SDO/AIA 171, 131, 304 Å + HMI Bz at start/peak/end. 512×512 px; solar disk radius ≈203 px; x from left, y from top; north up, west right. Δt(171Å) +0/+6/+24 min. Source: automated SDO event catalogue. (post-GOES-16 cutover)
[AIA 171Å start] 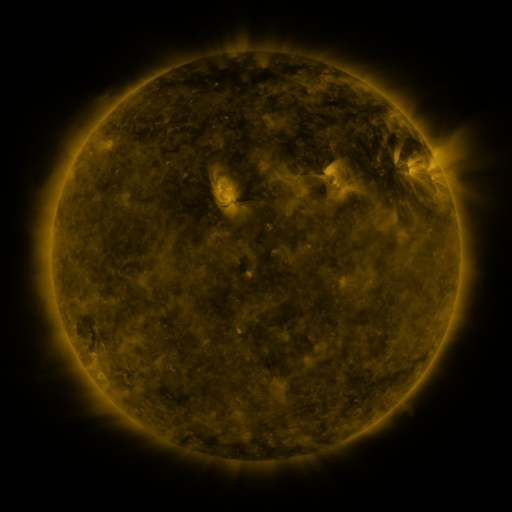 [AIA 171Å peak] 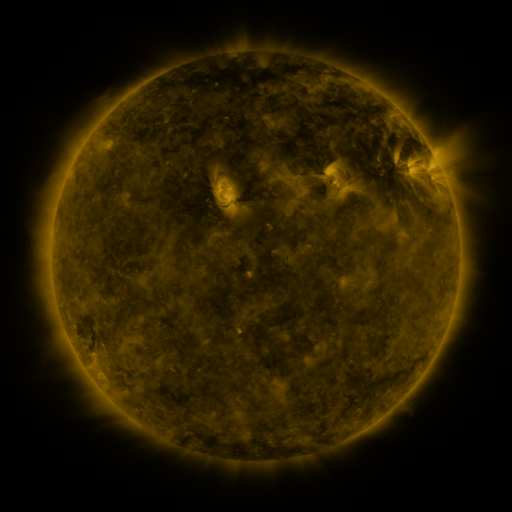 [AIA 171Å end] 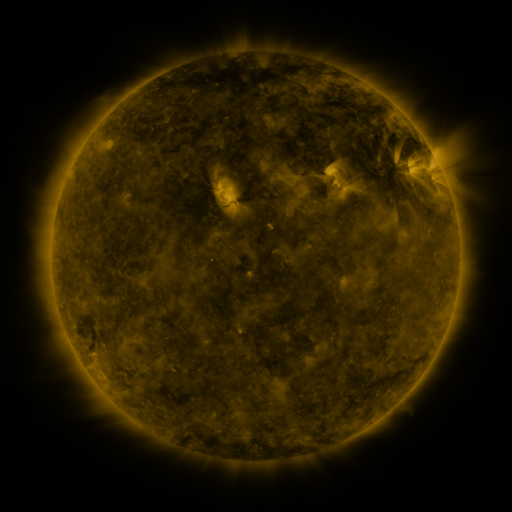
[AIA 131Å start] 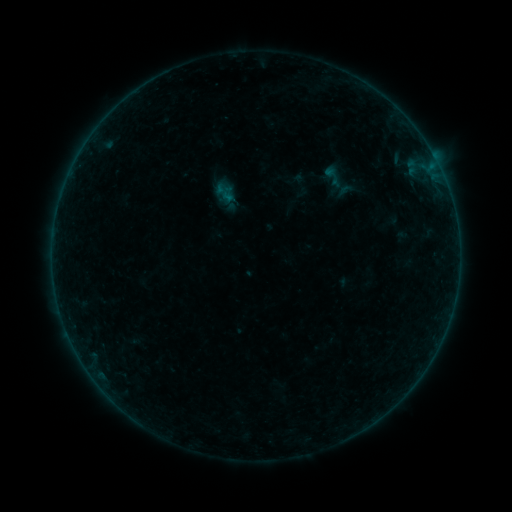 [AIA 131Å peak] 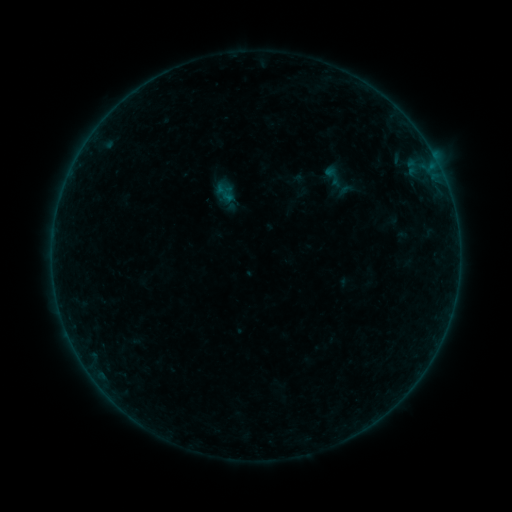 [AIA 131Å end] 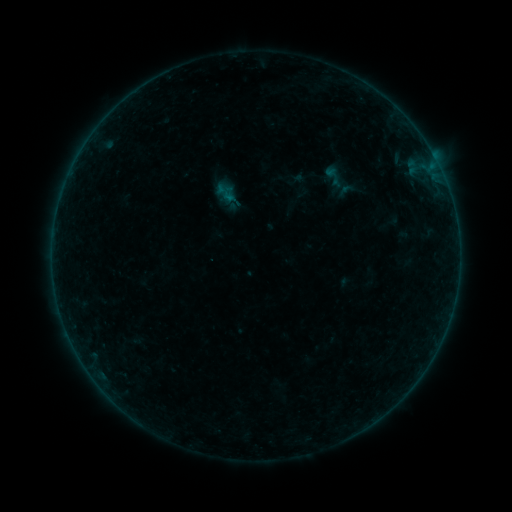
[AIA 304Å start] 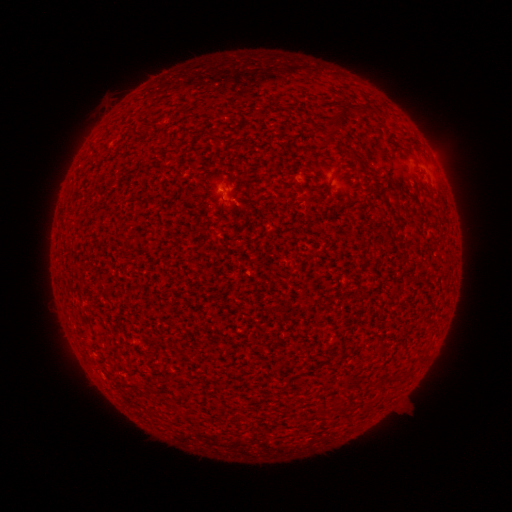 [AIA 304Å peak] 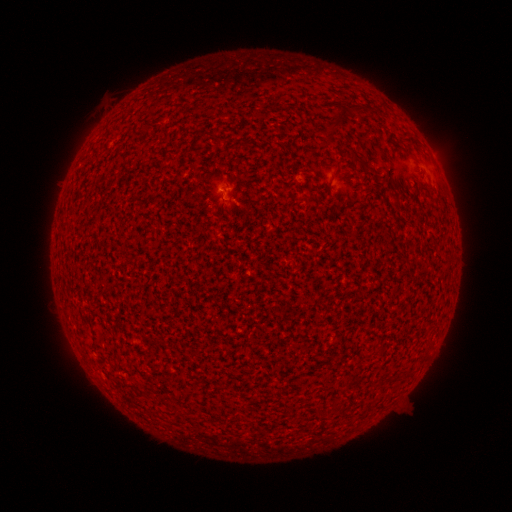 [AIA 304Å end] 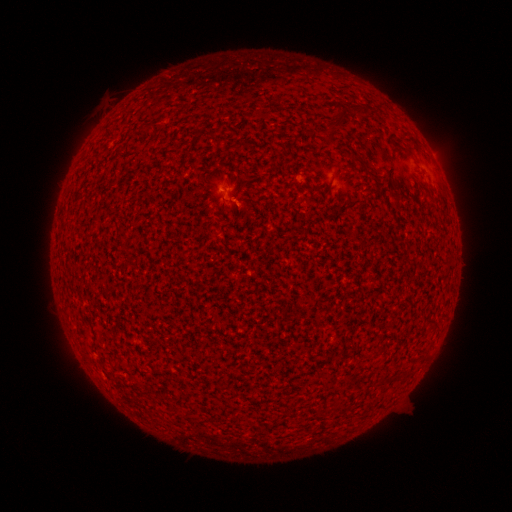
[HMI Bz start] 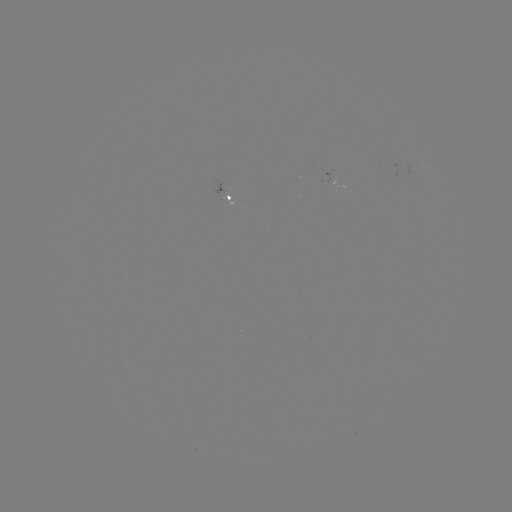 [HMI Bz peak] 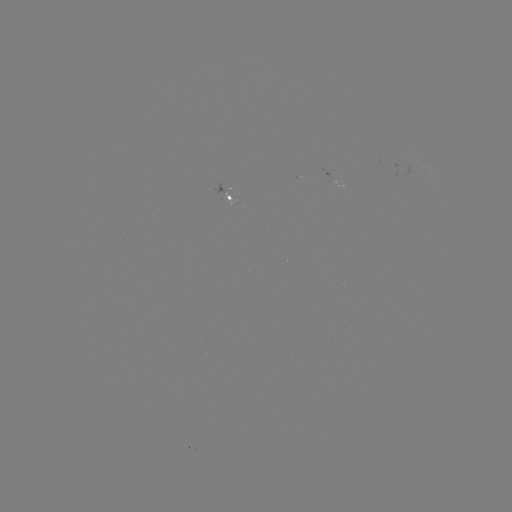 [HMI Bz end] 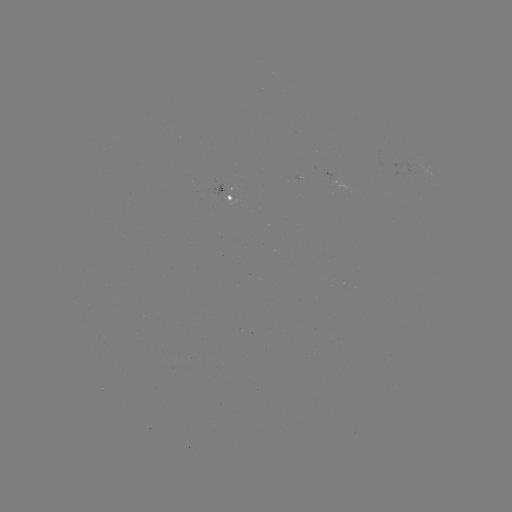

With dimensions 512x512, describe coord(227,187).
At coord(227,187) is A4.6 flare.